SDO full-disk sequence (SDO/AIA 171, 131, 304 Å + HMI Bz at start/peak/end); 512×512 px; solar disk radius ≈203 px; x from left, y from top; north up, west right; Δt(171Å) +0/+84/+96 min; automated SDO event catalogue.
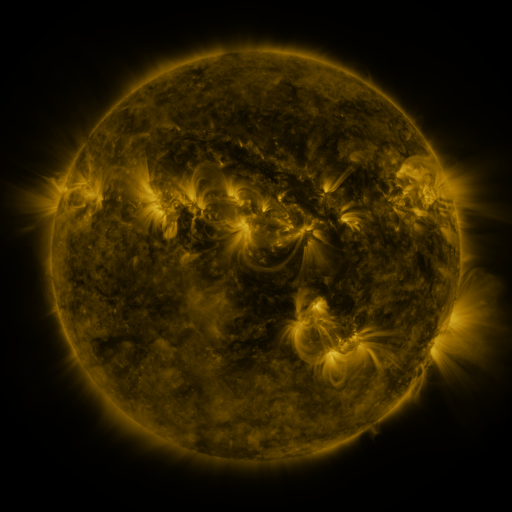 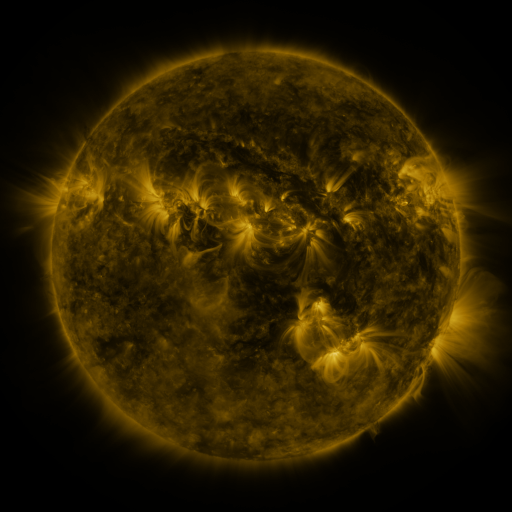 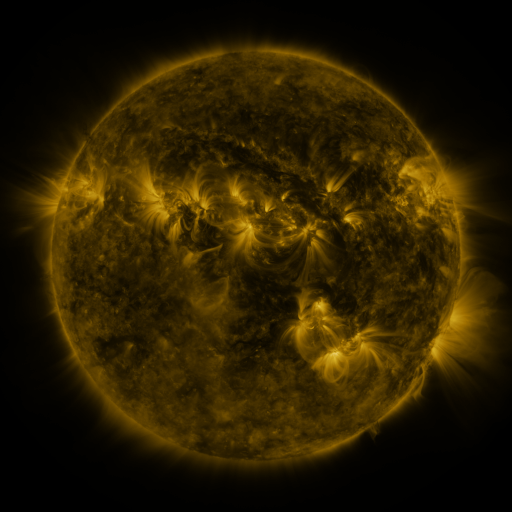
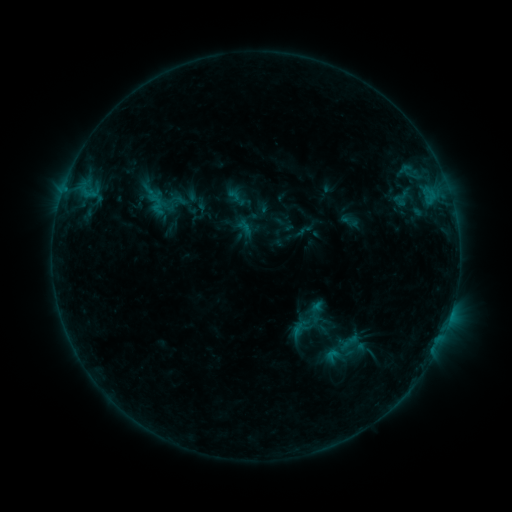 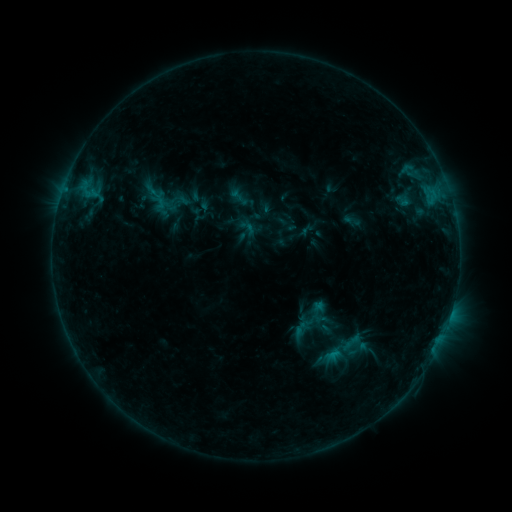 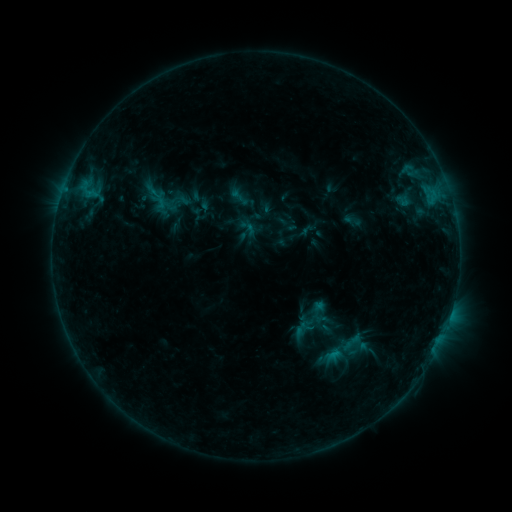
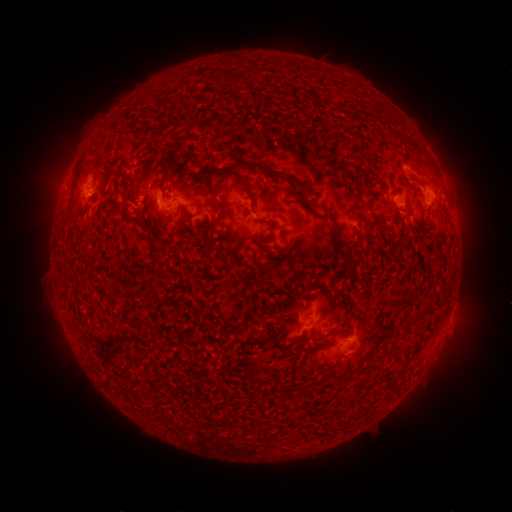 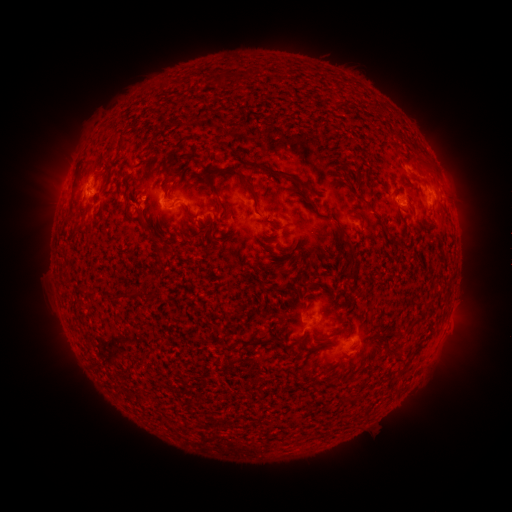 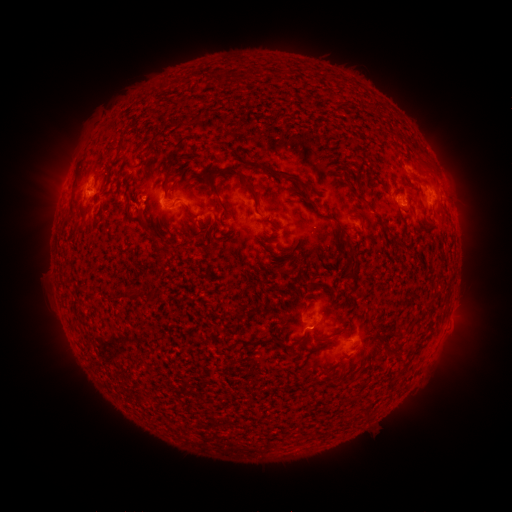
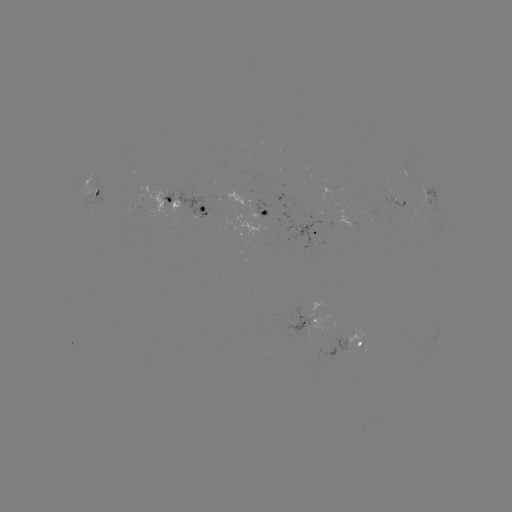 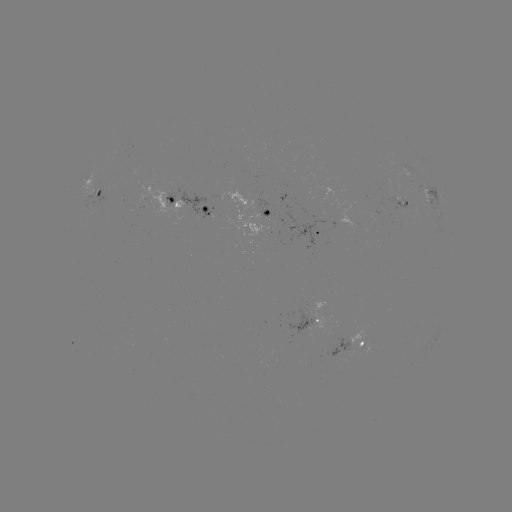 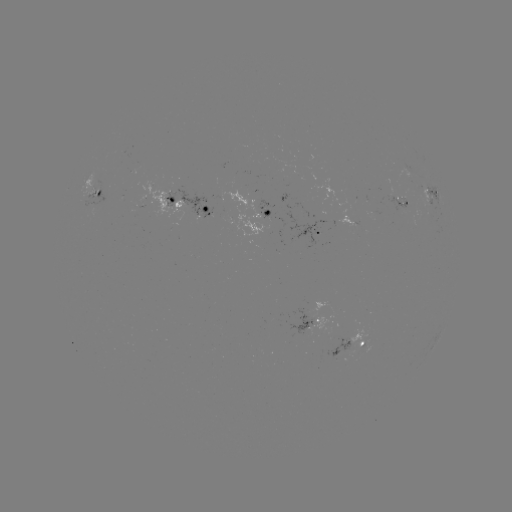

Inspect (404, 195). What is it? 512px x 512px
emerging-flux region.